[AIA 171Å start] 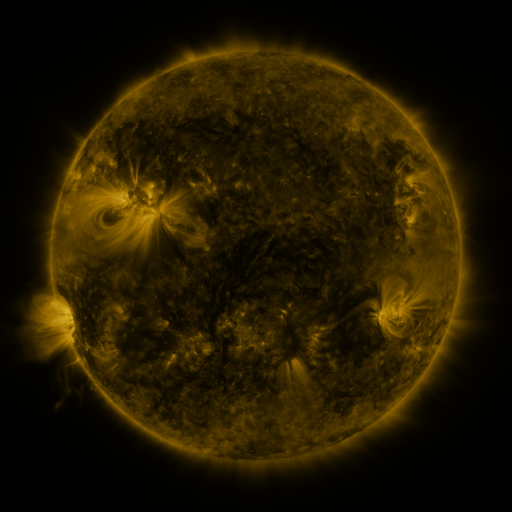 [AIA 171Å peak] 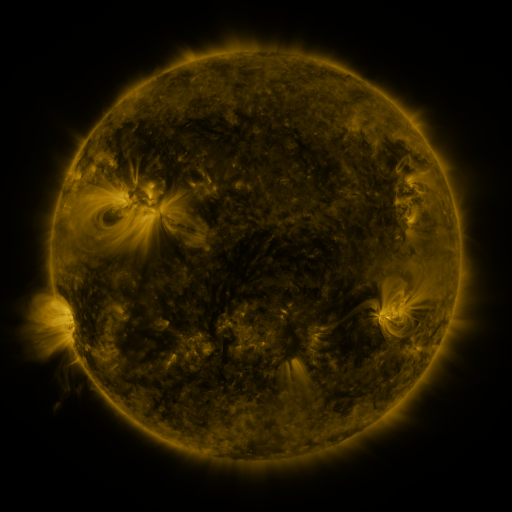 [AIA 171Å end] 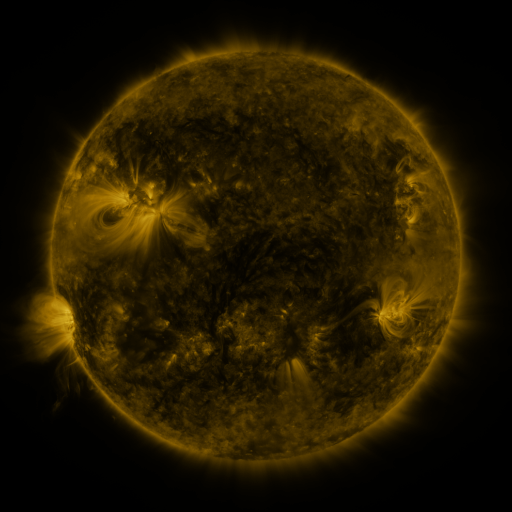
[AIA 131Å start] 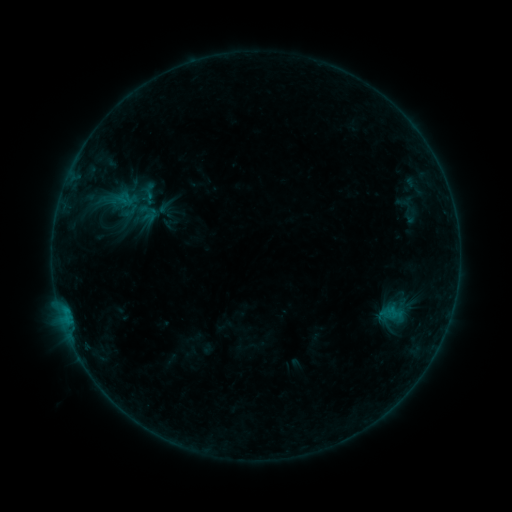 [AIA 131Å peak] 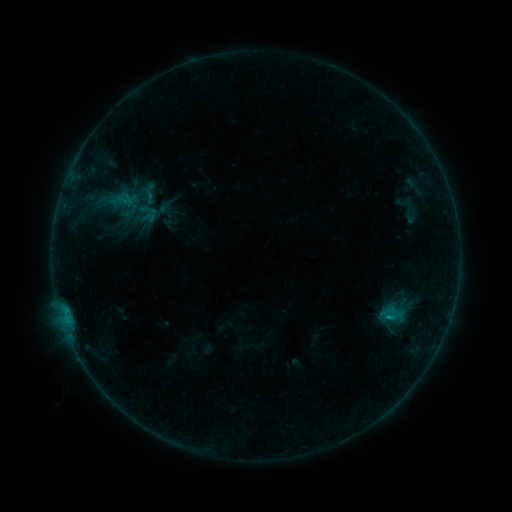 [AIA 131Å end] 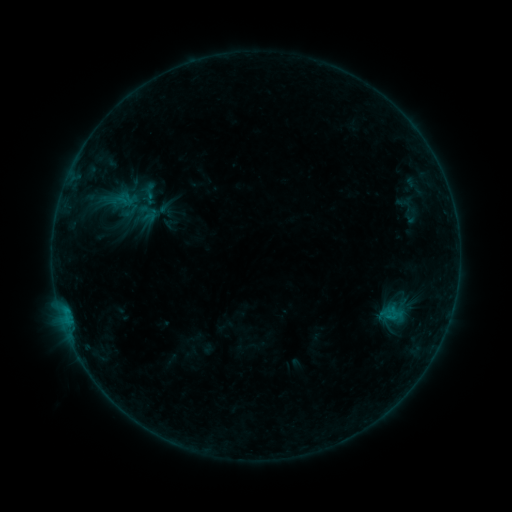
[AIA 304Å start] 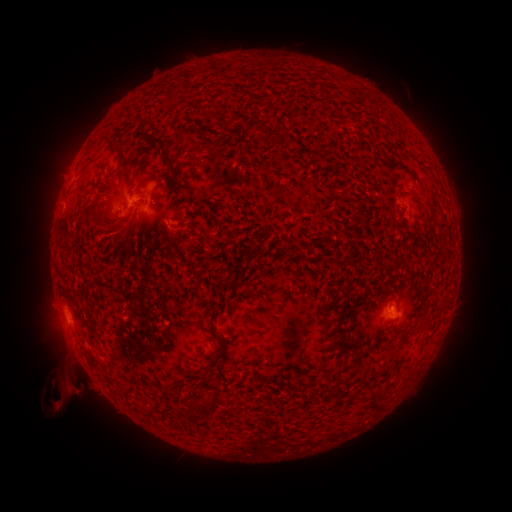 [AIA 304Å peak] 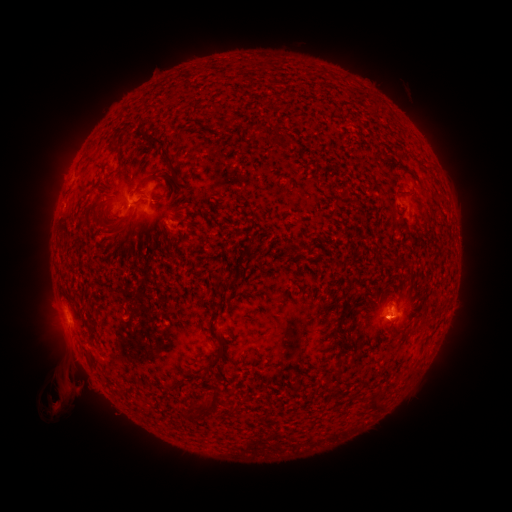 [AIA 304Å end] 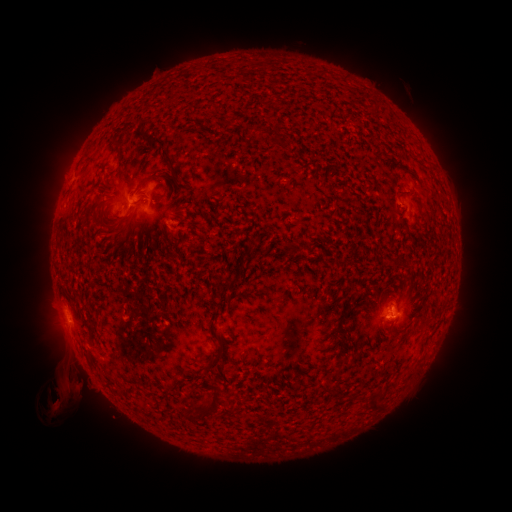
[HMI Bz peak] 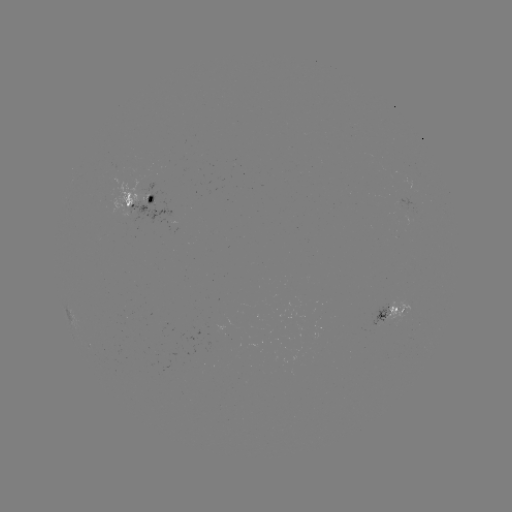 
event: flare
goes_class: B5.1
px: (387, 315)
